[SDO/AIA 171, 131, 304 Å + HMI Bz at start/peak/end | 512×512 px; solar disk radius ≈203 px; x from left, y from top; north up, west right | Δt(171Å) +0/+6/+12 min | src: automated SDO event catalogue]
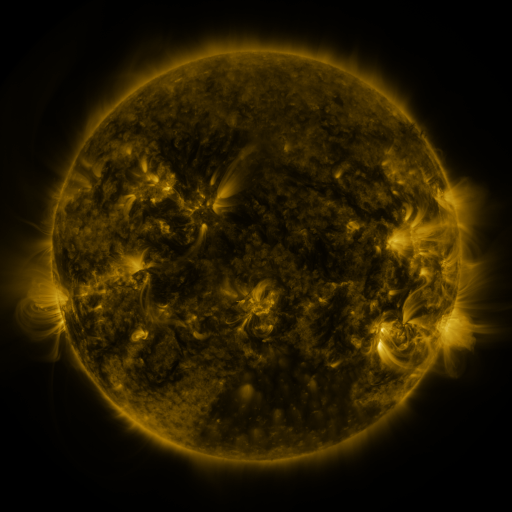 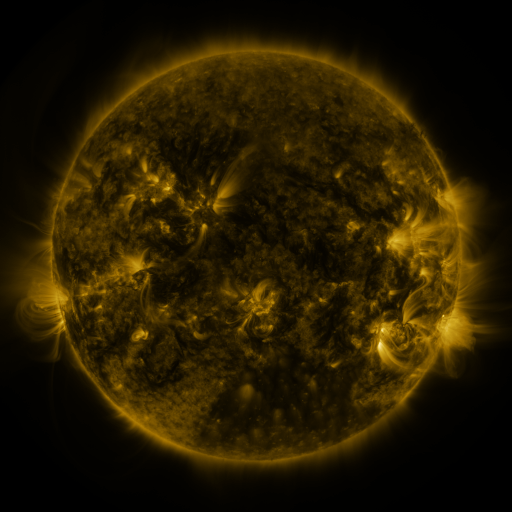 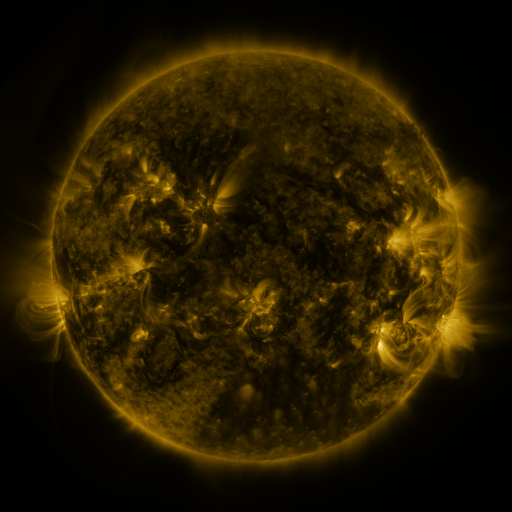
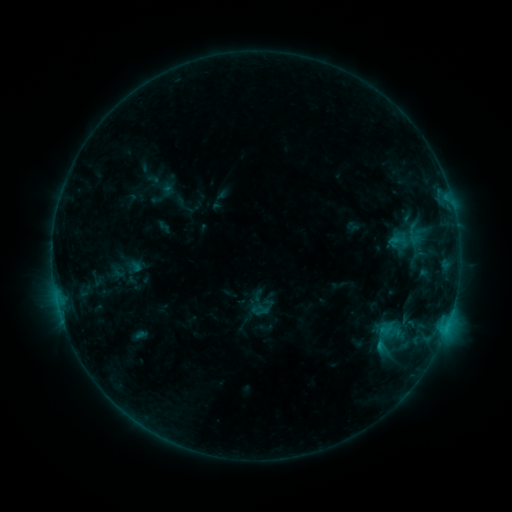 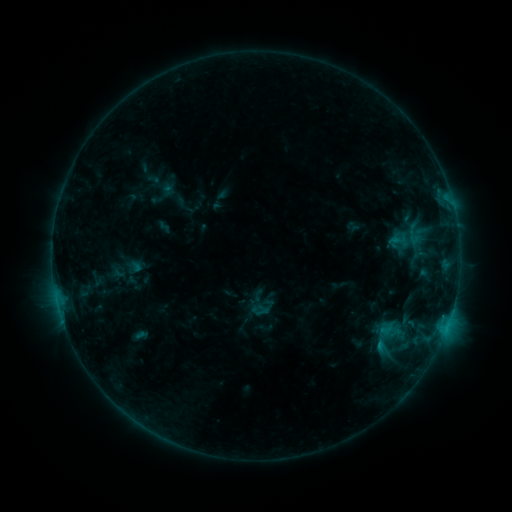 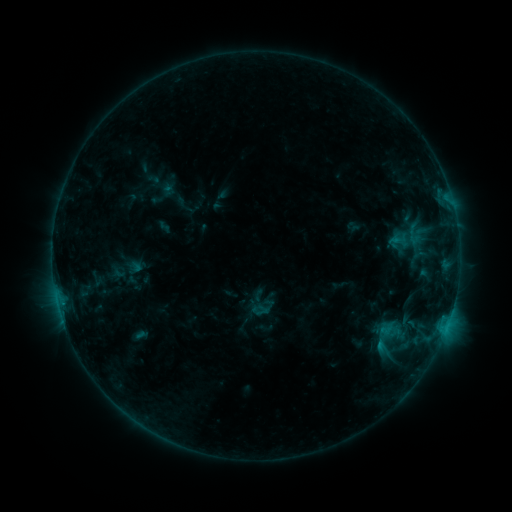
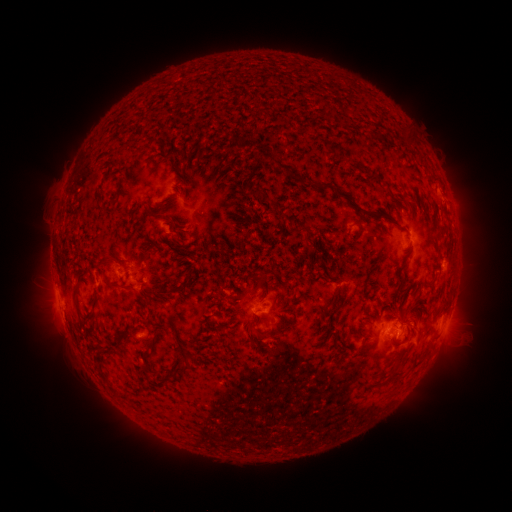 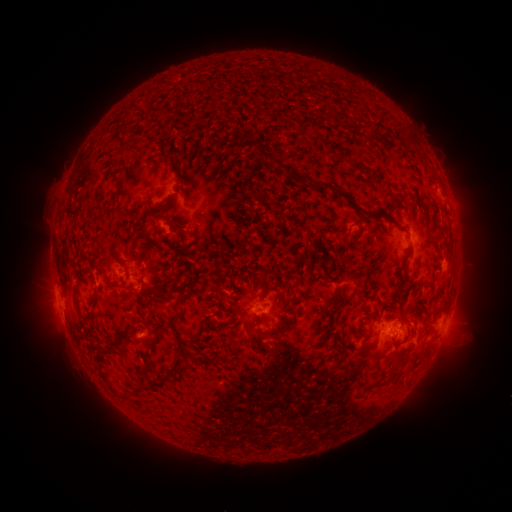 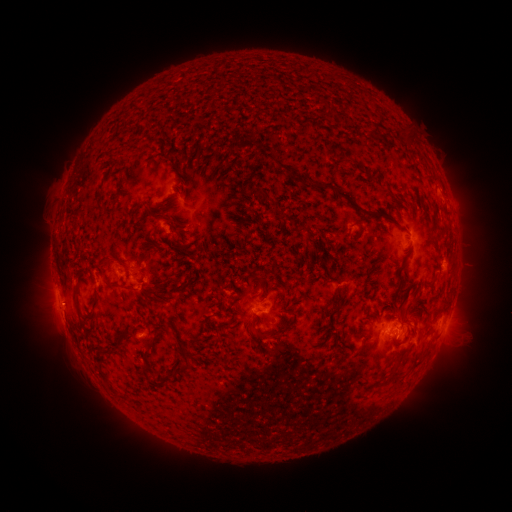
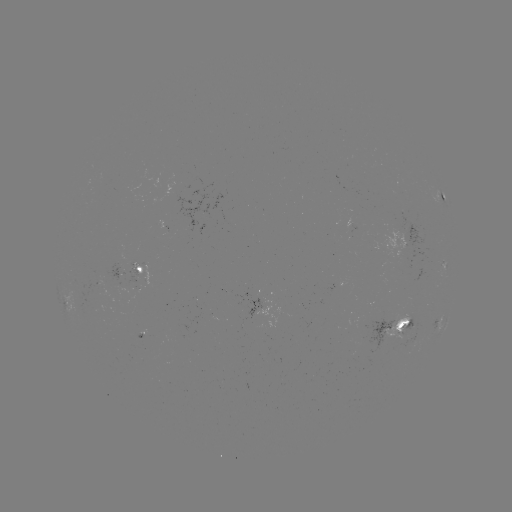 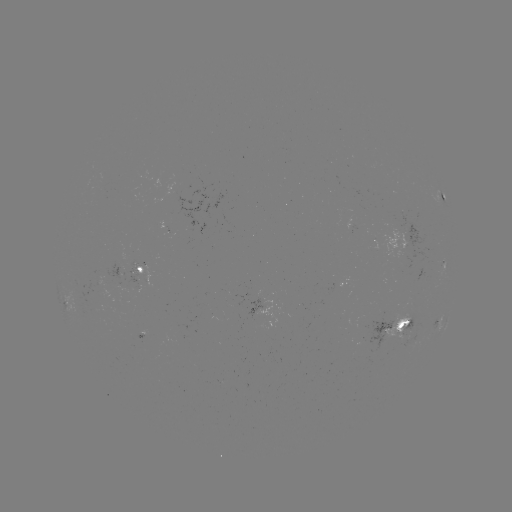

no flare in any classed list; no EUV-trigger detection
